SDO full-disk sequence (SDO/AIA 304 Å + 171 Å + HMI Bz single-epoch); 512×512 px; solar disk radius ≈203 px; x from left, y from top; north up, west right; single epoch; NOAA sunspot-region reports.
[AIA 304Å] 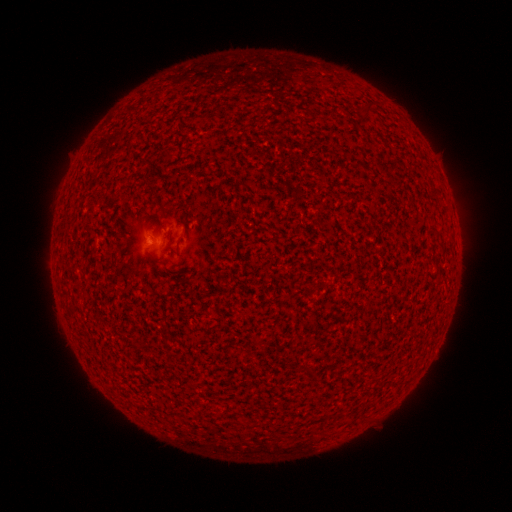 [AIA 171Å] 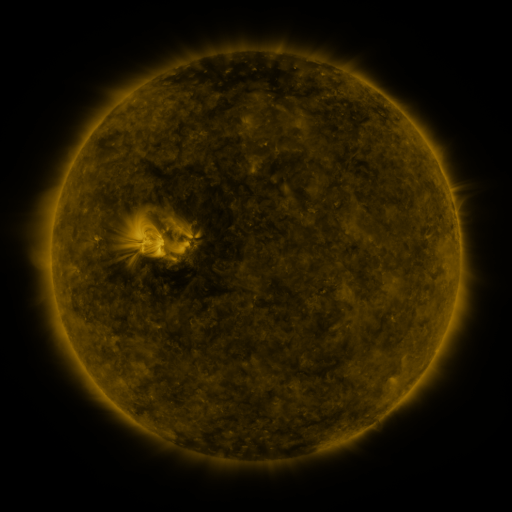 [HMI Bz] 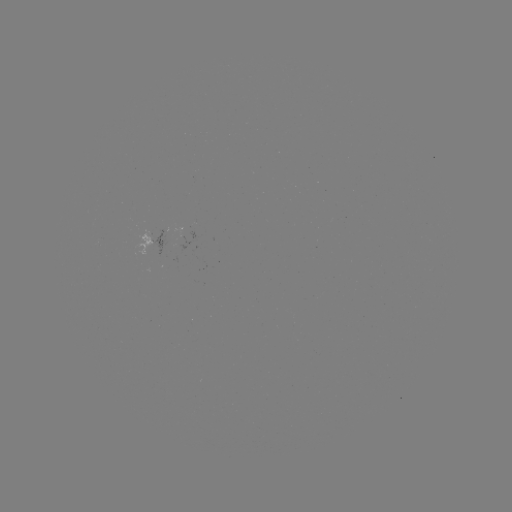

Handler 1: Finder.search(spotted active region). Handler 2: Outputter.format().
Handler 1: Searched spotted active region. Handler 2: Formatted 154,241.